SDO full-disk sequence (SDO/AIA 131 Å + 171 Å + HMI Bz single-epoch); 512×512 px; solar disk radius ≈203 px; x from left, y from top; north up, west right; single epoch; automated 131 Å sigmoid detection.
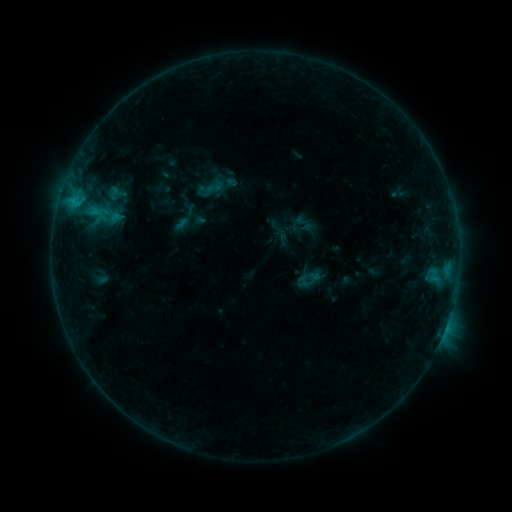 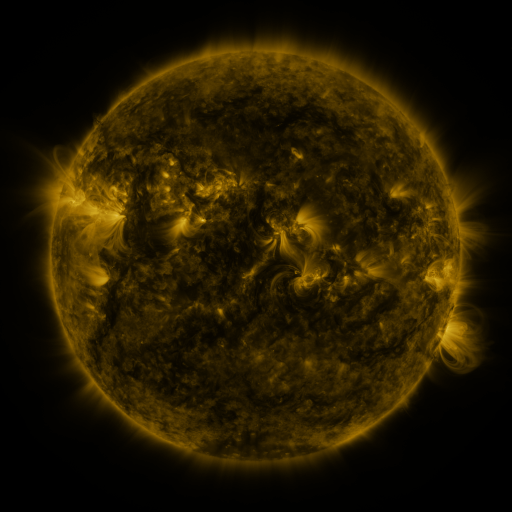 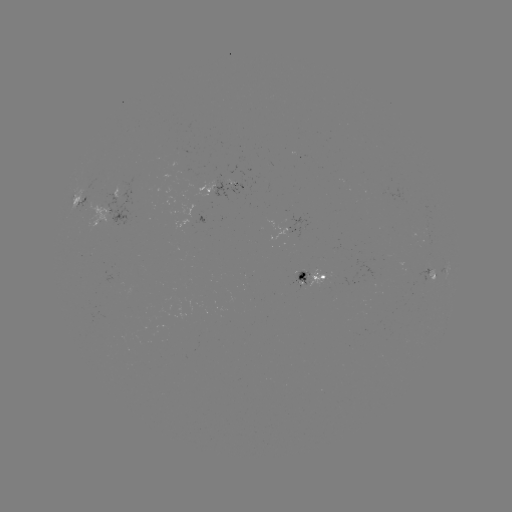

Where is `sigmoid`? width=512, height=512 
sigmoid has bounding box [204, 177, 224, 197].